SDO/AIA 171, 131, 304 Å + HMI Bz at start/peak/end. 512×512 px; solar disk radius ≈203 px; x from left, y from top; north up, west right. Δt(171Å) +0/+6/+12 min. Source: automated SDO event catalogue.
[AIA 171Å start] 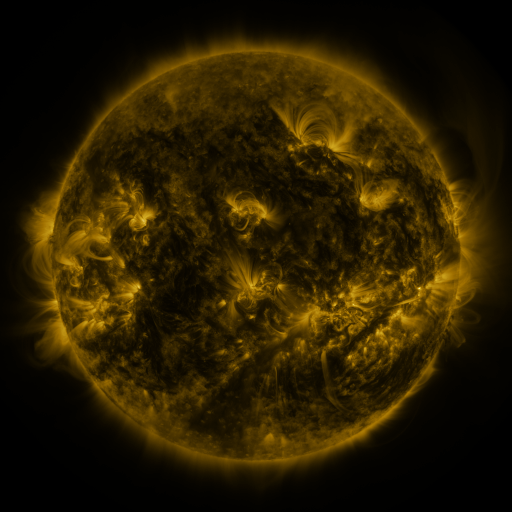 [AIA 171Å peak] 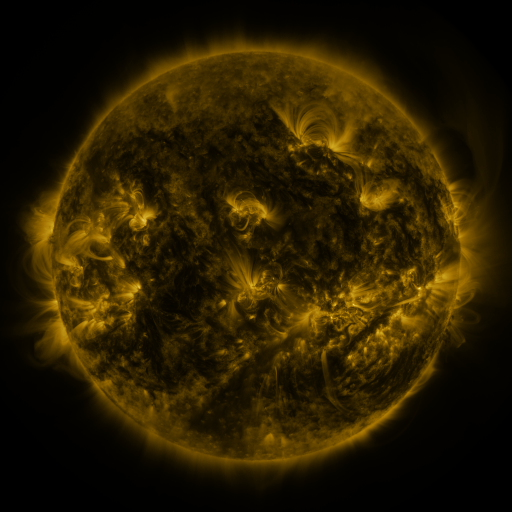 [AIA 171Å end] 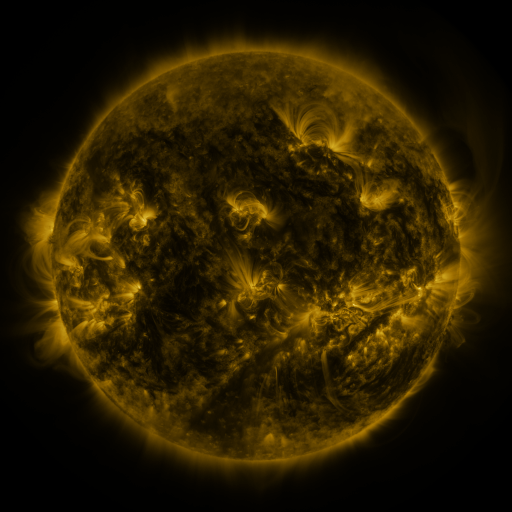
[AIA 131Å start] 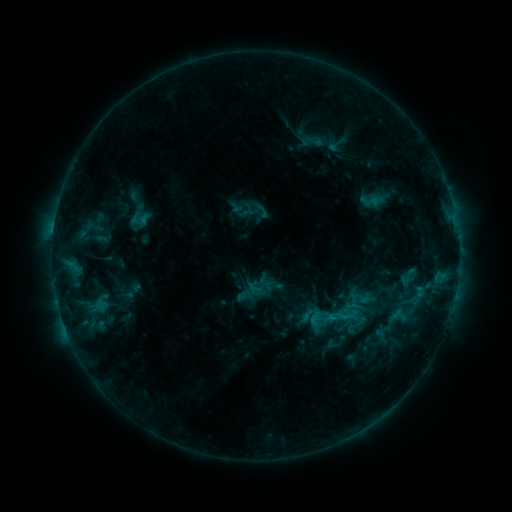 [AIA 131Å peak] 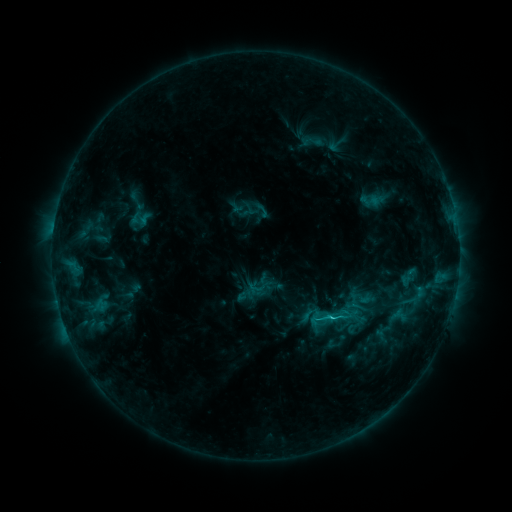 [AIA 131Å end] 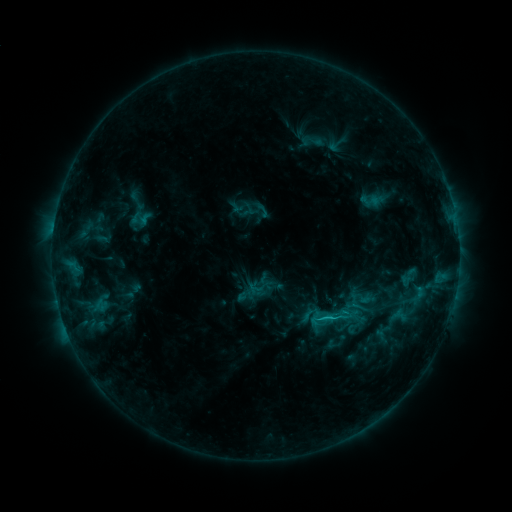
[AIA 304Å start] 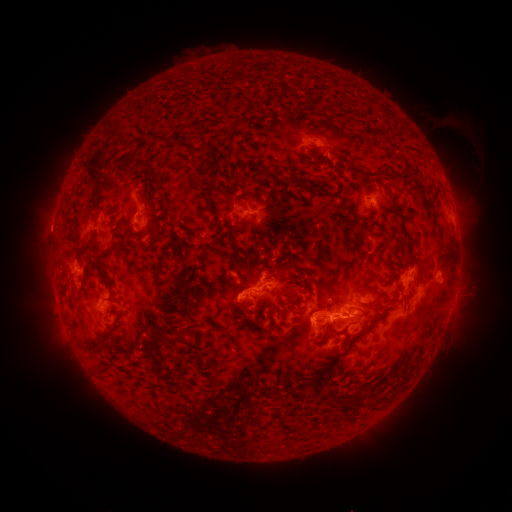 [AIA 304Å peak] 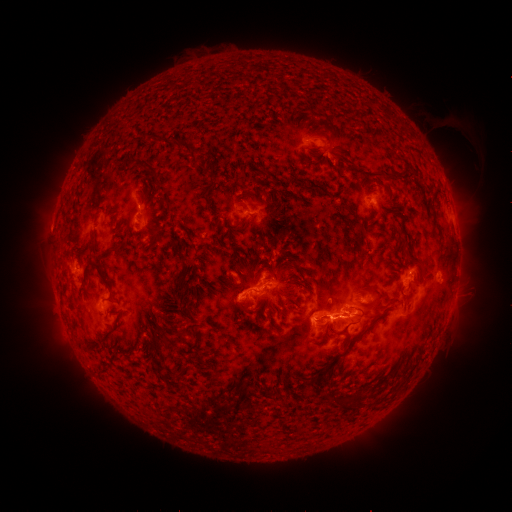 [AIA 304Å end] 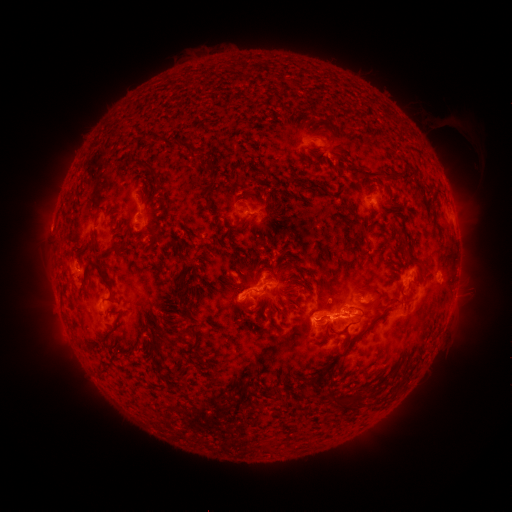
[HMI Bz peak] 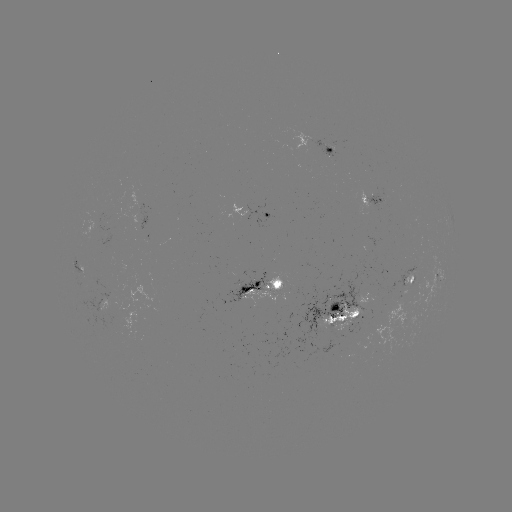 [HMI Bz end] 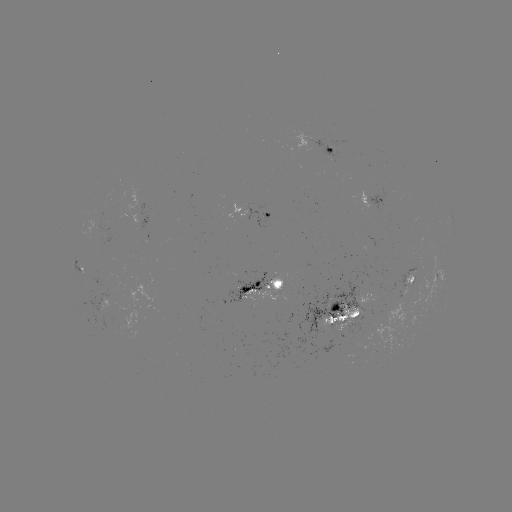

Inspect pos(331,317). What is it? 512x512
C1.9 flare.